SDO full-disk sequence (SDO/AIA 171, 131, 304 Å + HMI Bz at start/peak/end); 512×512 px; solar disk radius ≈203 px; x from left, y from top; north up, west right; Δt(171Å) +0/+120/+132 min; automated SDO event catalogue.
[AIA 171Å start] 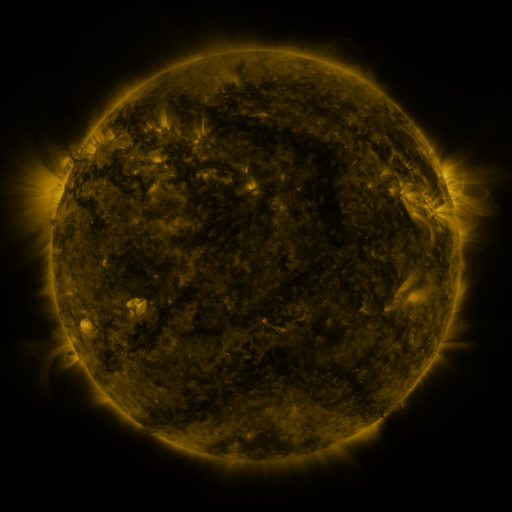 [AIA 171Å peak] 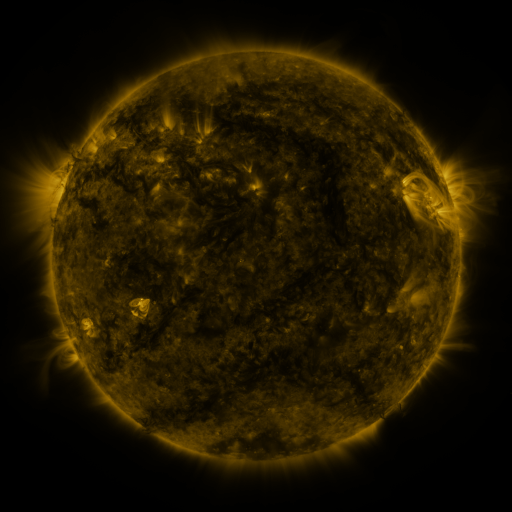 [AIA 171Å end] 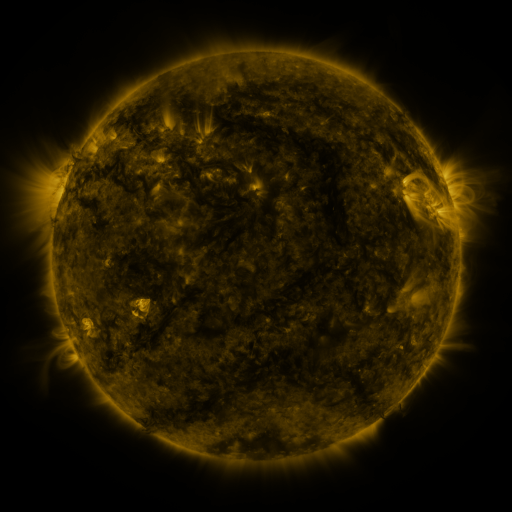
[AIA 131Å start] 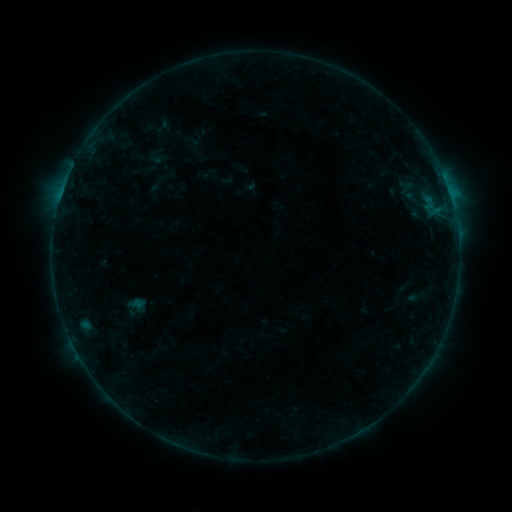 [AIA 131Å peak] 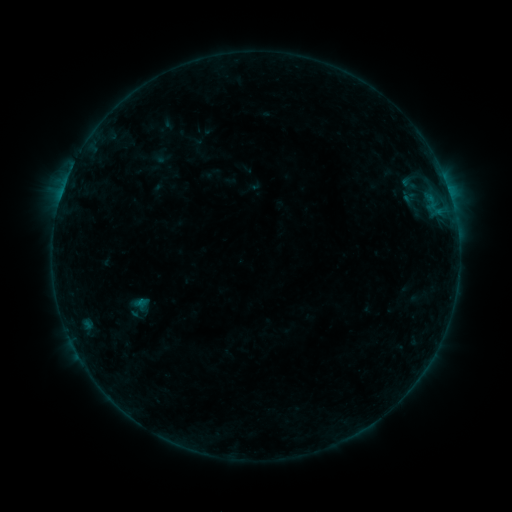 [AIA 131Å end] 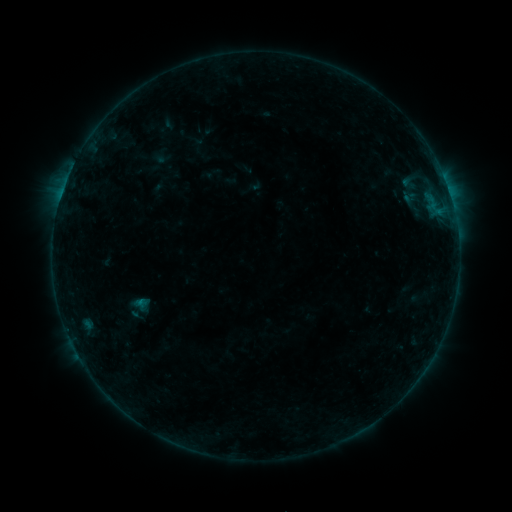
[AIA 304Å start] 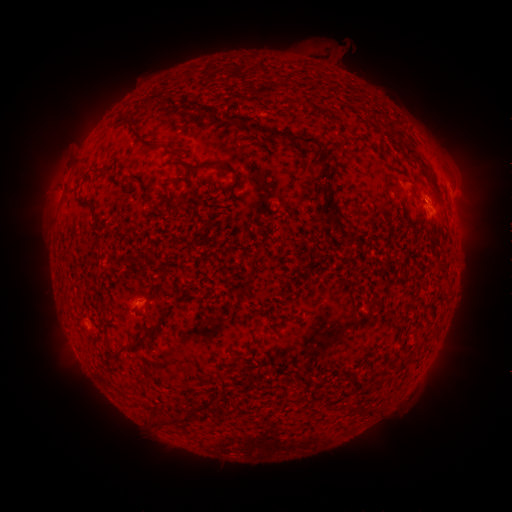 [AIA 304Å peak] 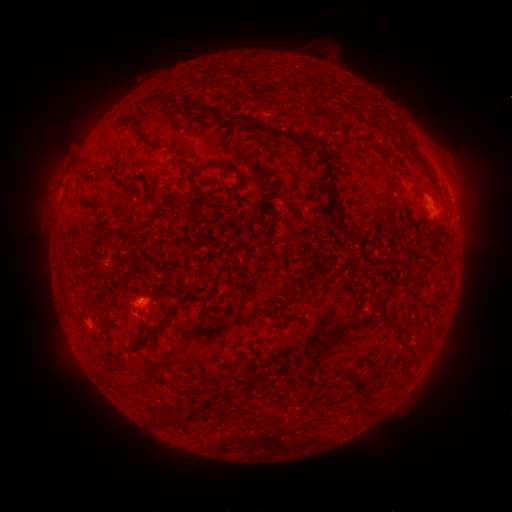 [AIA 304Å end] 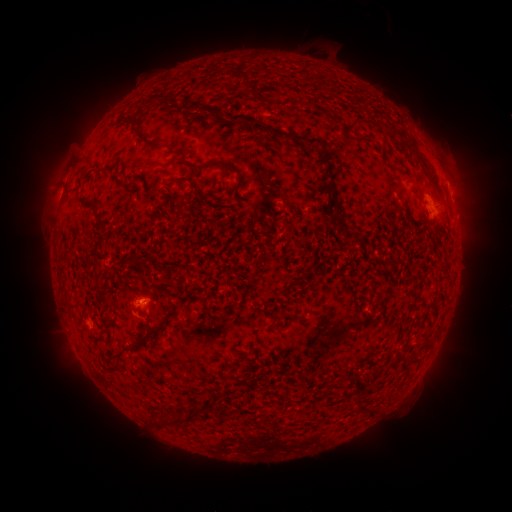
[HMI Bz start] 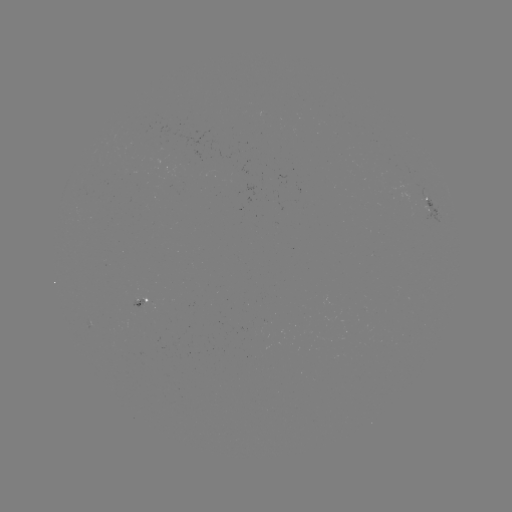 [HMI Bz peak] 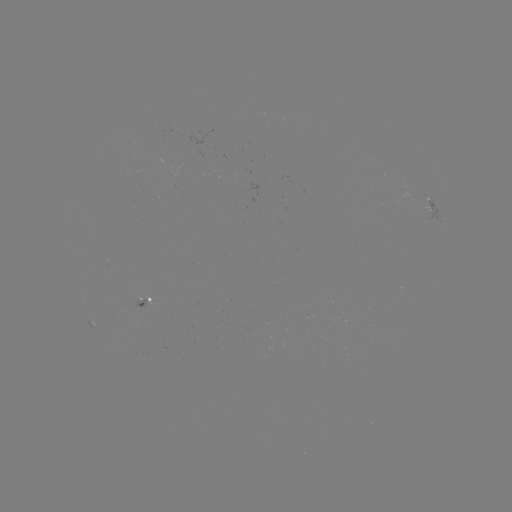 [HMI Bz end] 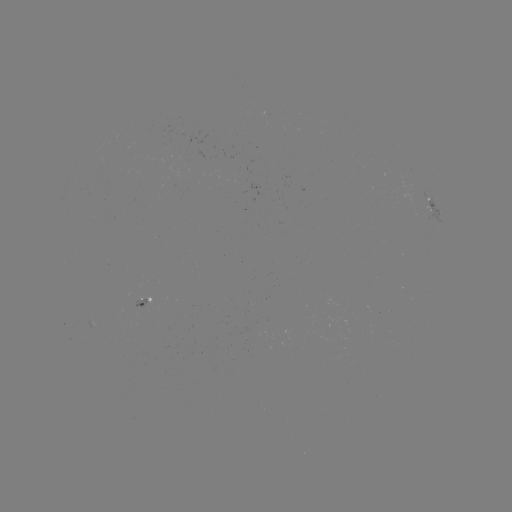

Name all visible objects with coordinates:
emerging-flux region: (141, 300)
